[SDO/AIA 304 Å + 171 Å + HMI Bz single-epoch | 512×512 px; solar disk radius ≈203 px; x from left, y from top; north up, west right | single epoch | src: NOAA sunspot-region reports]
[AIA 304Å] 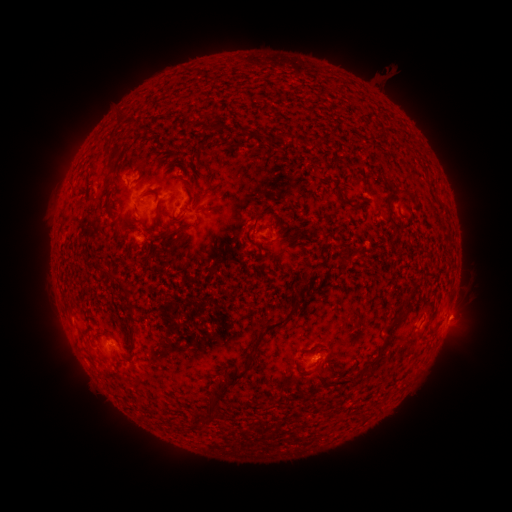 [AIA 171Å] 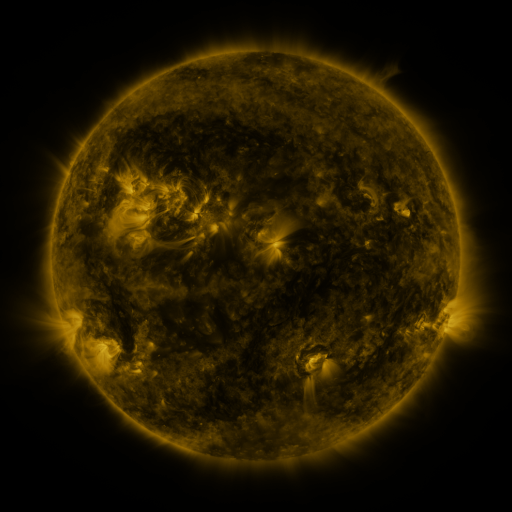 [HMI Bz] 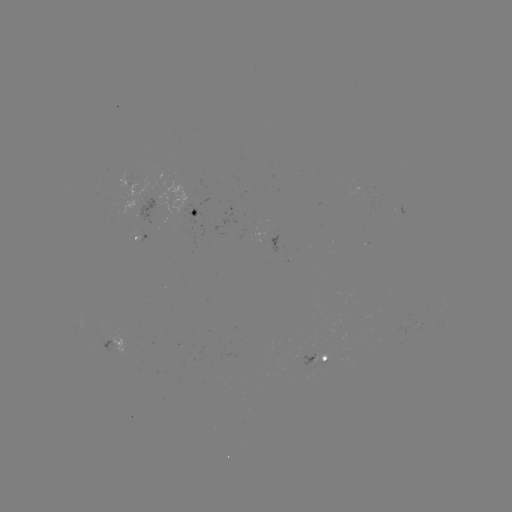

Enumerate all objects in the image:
spotted active region: (125, 180)
spotted active region: (150, 205)
spotted active region: (198, 210)
spotted active region: (405, 220)
spotted active region: (143, 236)
spotted active region: (113, 341)
spotted active region: (321, 361)
